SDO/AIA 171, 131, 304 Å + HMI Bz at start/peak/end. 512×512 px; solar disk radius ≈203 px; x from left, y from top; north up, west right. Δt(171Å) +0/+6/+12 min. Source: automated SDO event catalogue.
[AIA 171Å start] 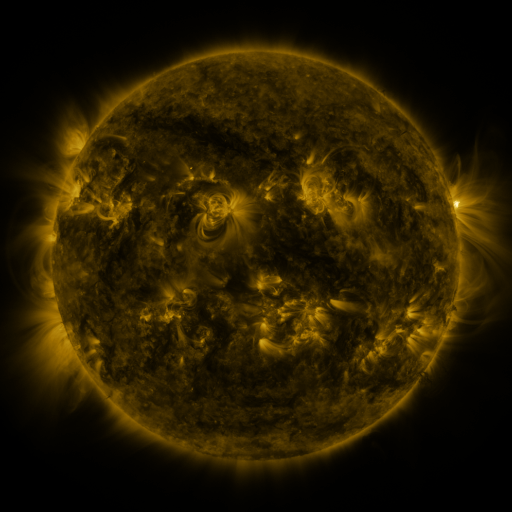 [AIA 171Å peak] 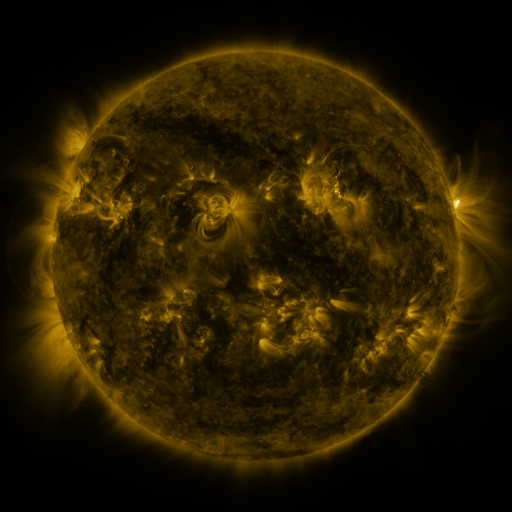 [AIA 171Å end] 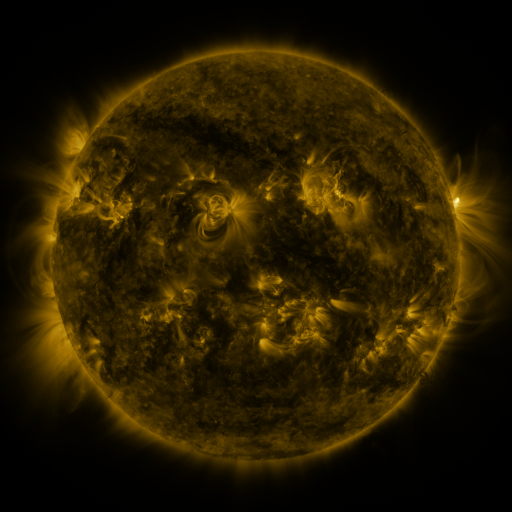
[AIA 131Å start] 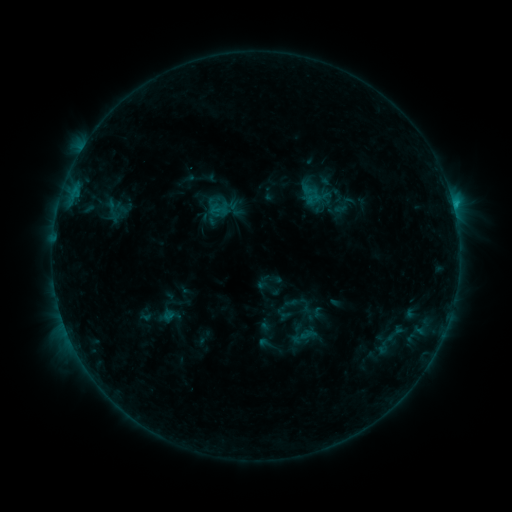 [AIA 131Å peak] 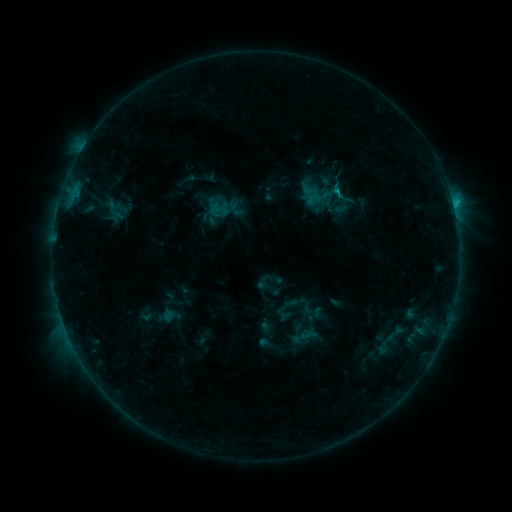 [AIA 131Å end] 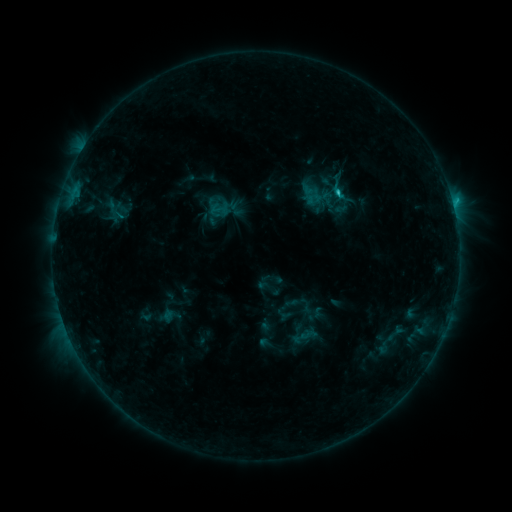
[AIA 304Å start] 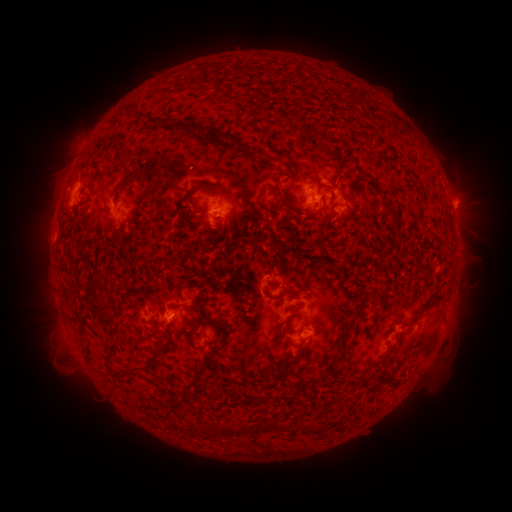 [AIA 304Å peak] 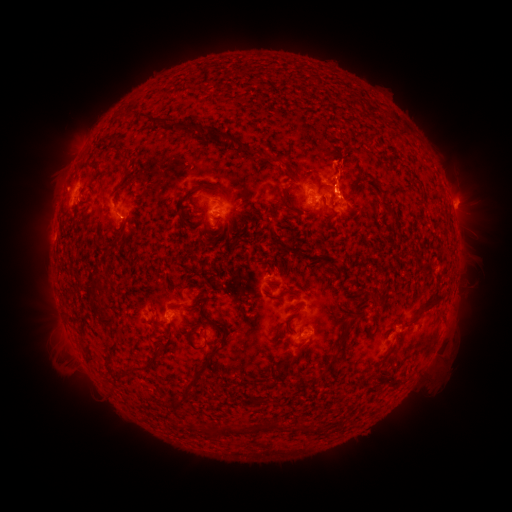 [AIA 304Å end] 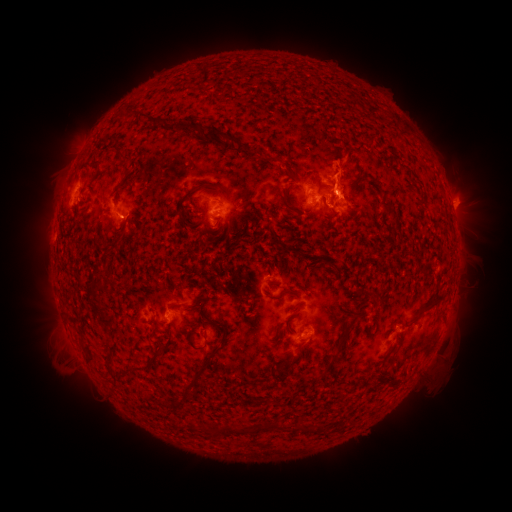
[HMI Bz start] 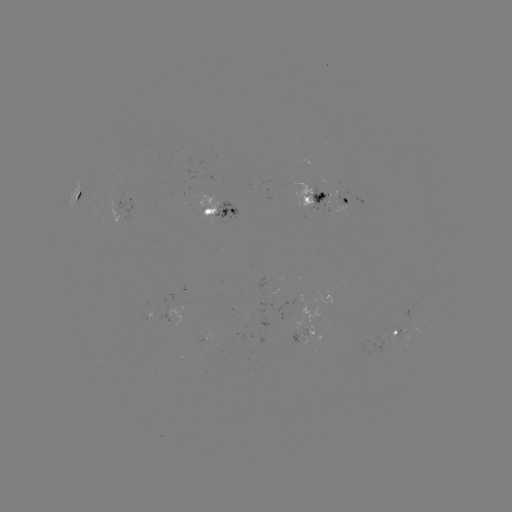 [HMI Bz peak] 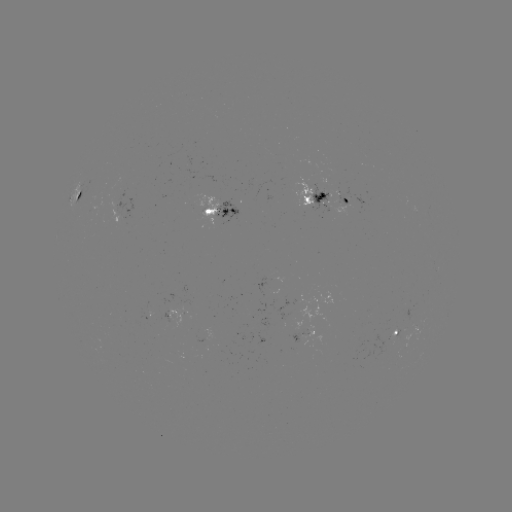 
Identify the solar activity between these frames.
eruption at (343, 174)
